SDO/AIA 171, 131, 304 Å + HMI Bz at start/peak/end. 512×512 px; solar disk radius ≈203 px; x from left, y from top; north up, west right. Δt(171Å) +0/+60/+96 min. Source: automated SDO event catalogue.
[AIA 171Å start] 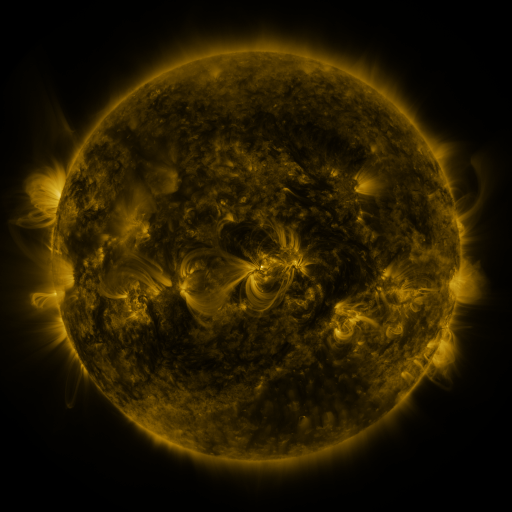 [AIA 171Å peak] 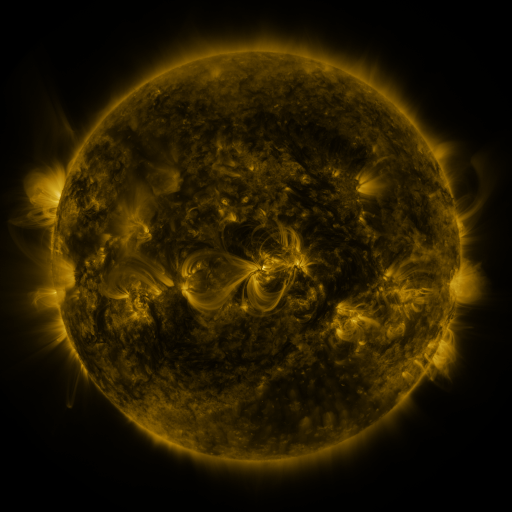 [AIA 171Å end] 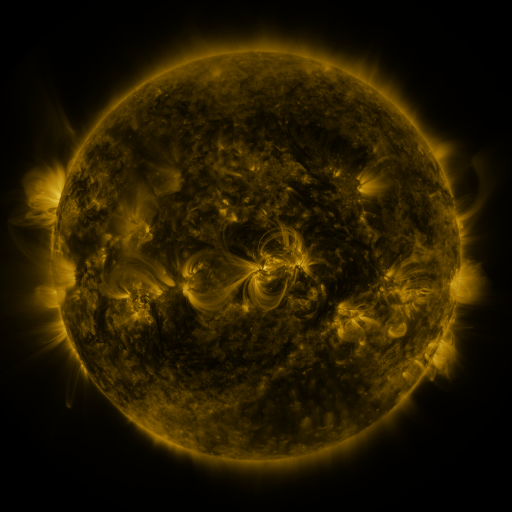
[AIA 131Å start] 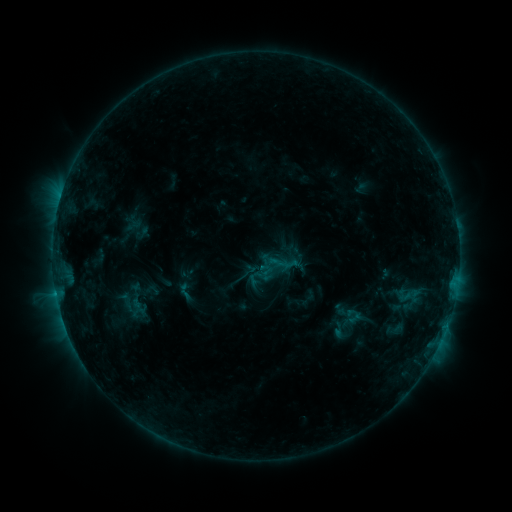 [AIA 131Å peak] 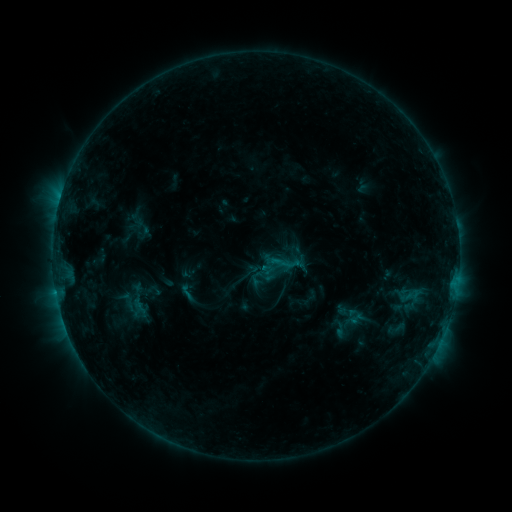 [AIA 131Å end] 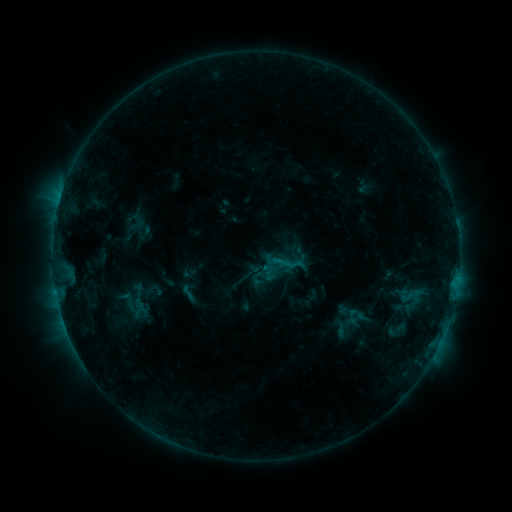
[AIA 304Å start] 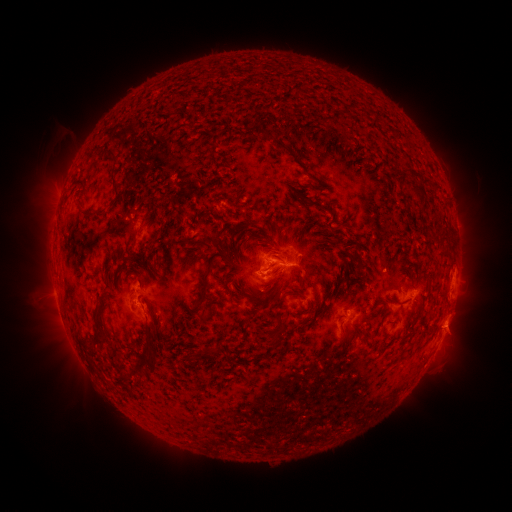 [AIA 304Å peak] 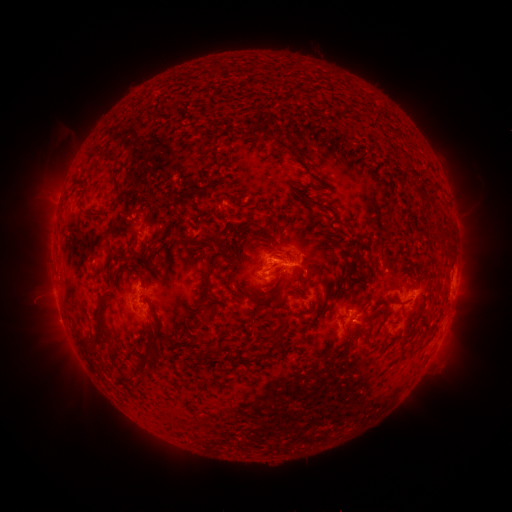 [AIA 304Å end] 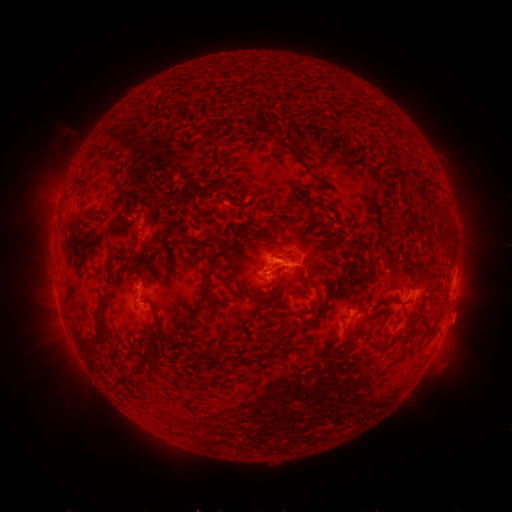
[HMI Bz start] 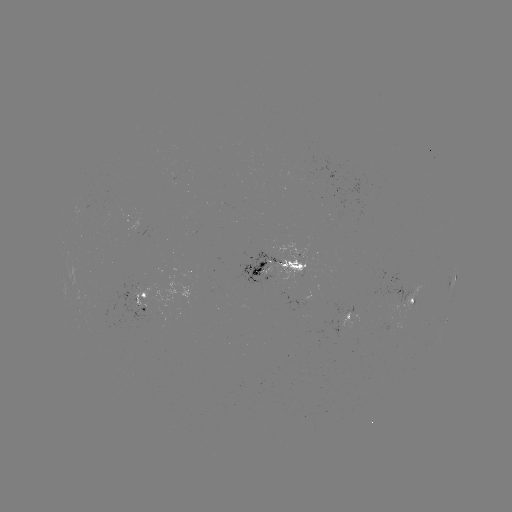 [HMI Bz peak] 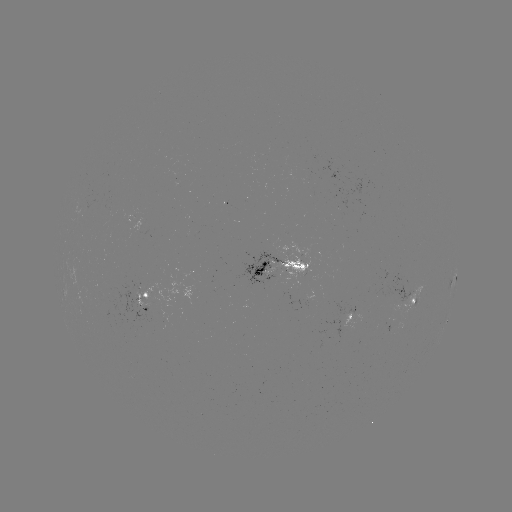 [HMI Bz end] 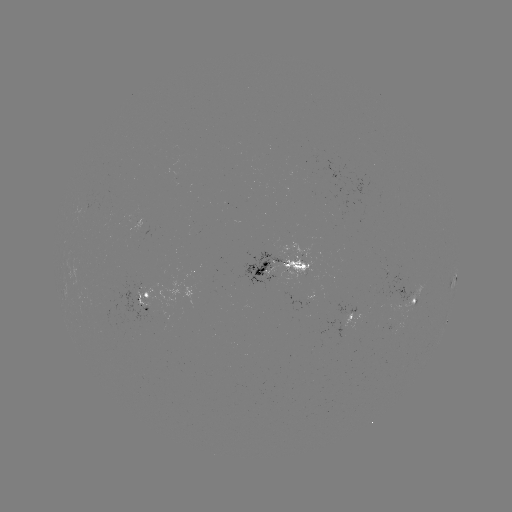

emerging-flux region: <bbox>280, 289, 291, 301</bbox>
